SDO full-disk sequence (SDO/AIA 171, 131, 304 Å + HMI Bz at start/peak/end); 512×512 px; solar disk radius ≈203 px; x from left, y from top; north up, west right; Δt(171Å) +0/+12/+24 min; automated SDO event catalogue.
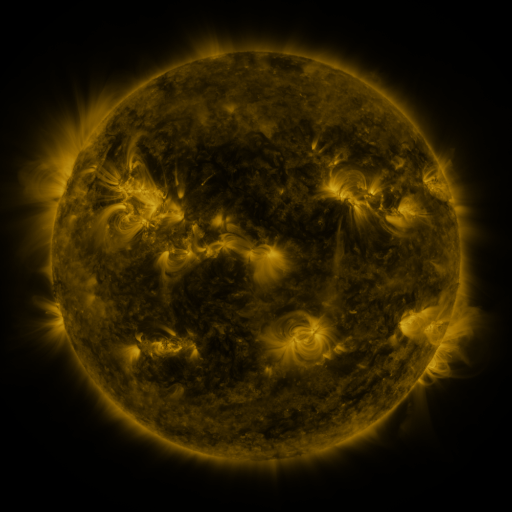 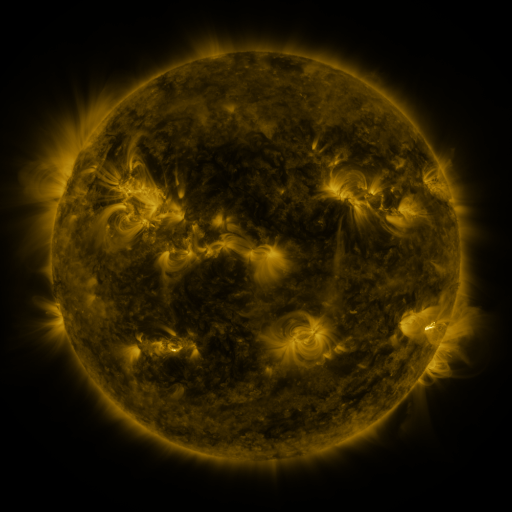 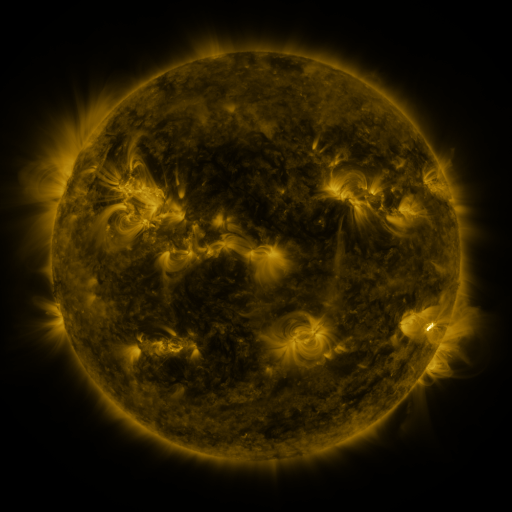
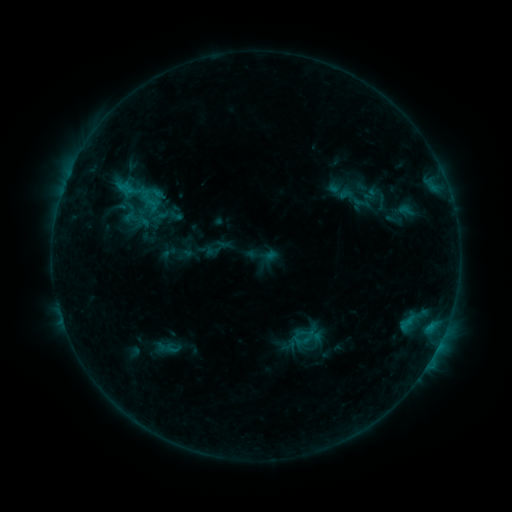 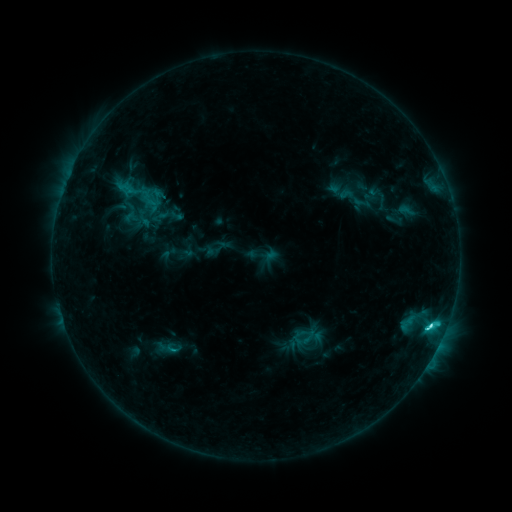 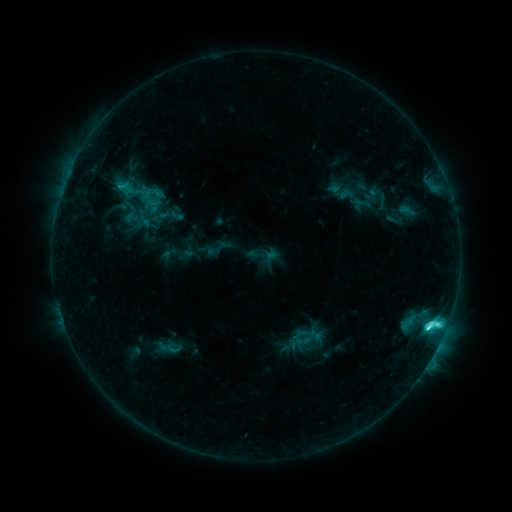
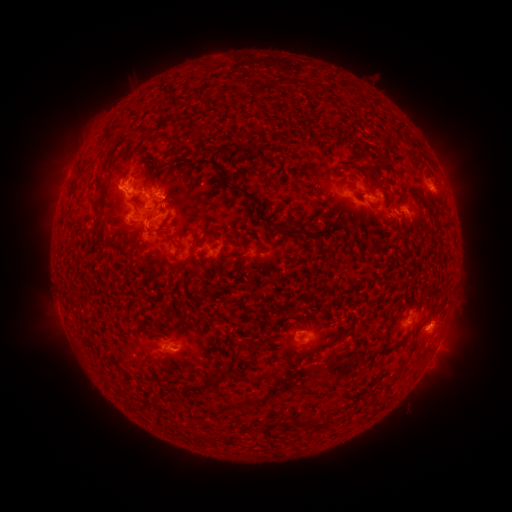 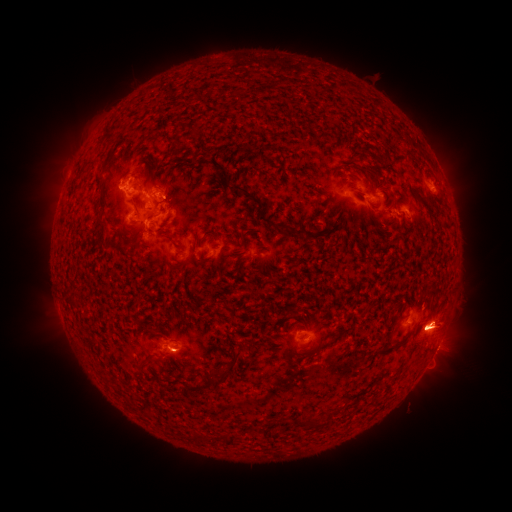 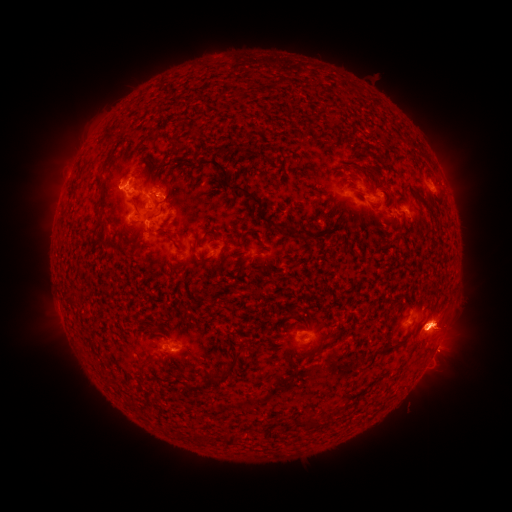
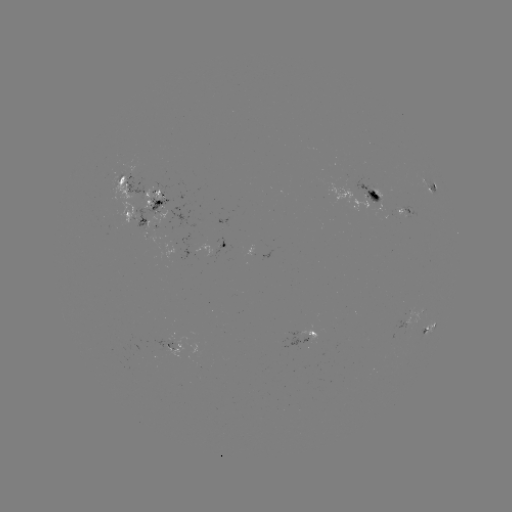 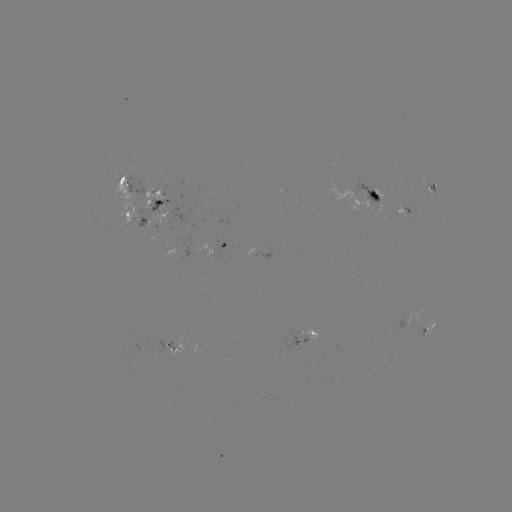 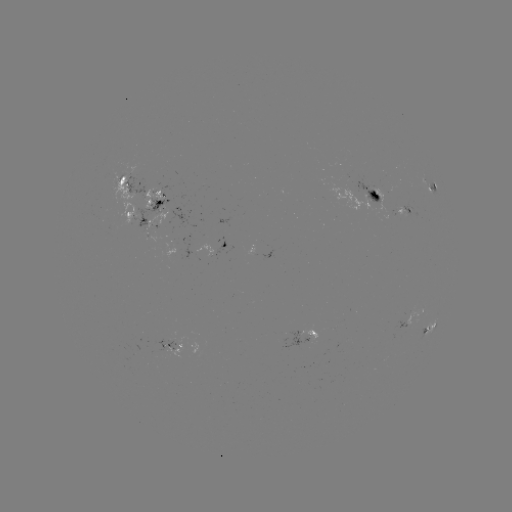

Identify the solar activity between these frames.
eruption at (444, 326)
